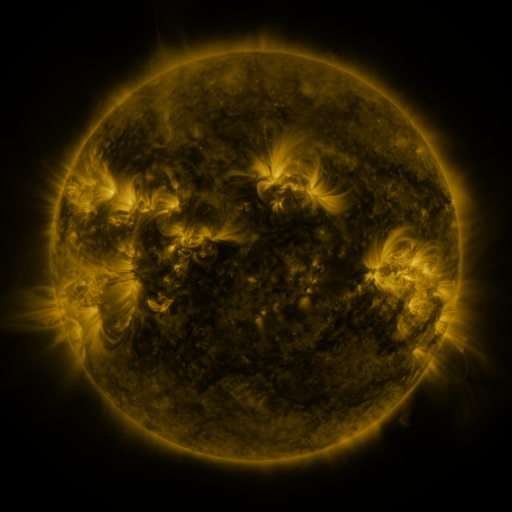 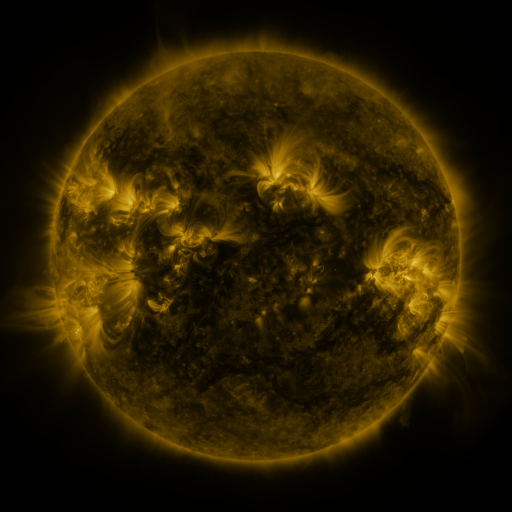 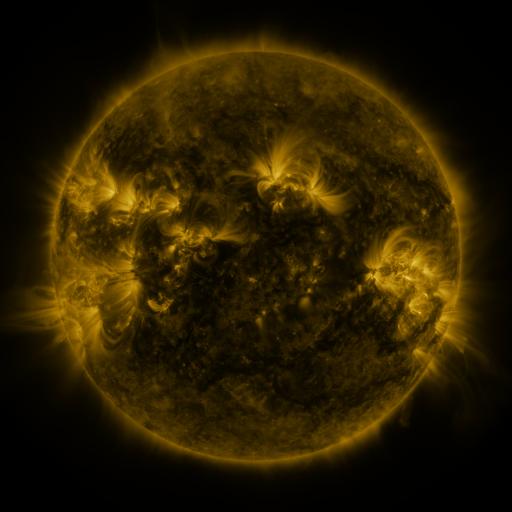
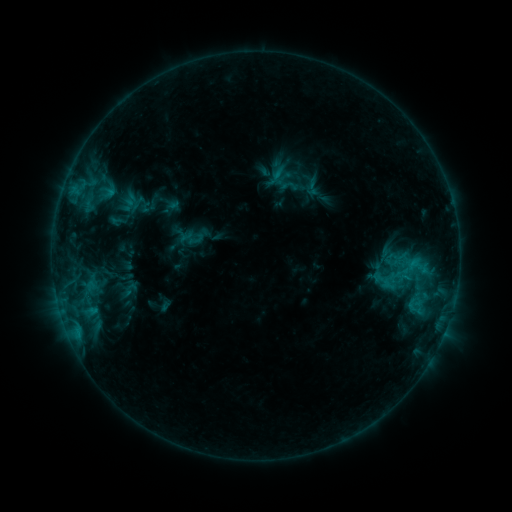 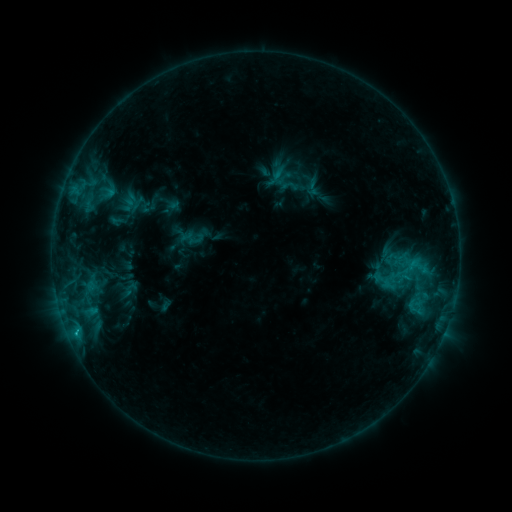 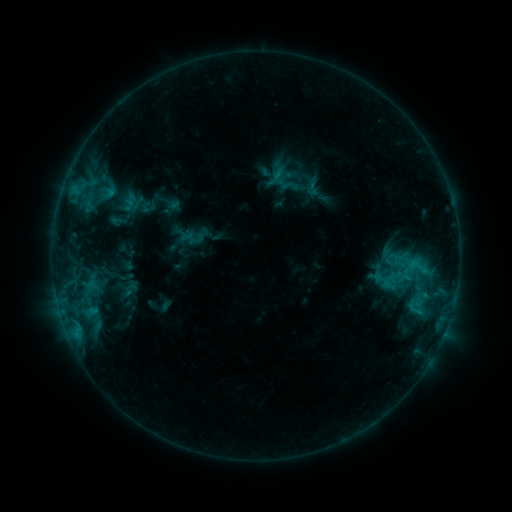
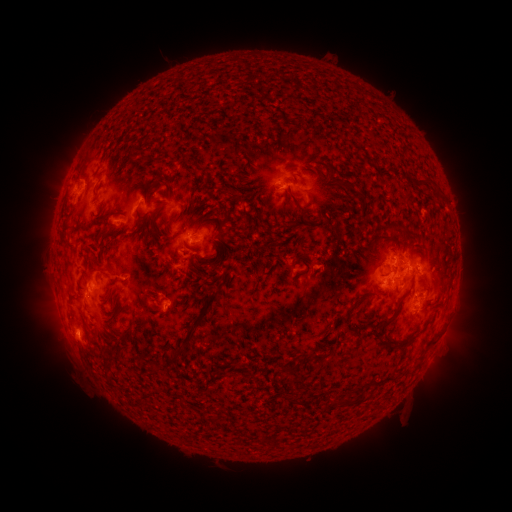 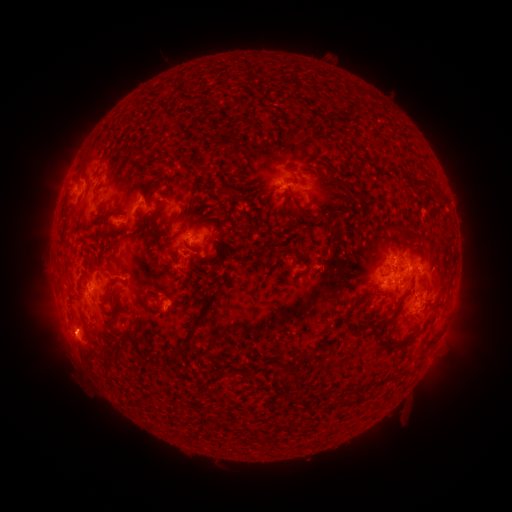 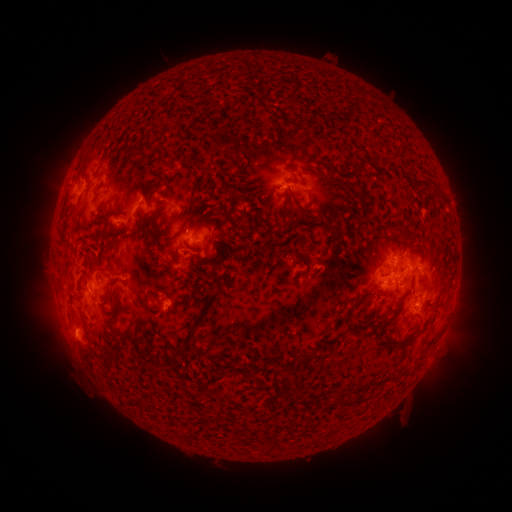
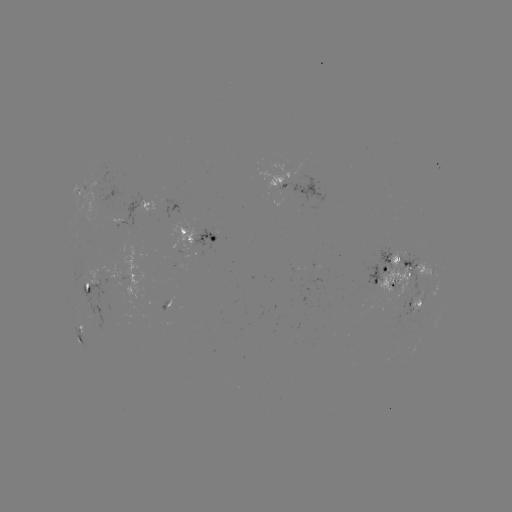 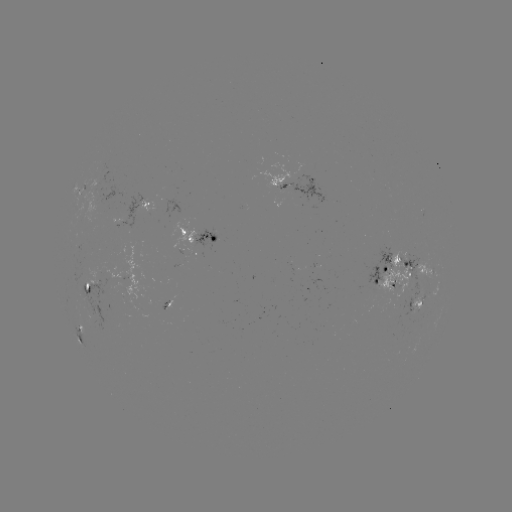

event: flare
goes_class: C1.5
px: (76, 328)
